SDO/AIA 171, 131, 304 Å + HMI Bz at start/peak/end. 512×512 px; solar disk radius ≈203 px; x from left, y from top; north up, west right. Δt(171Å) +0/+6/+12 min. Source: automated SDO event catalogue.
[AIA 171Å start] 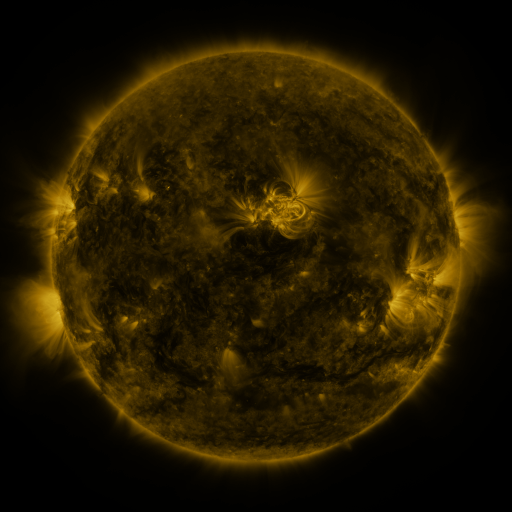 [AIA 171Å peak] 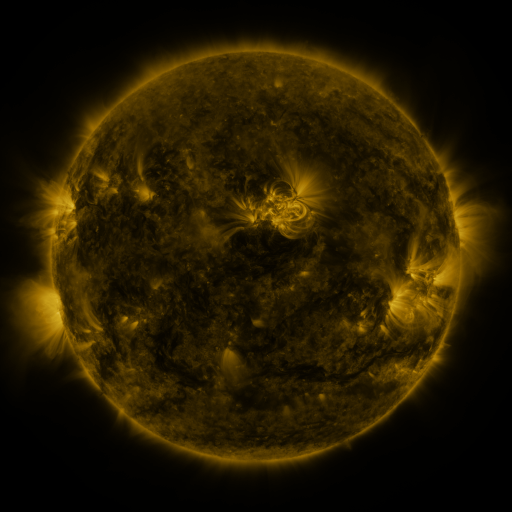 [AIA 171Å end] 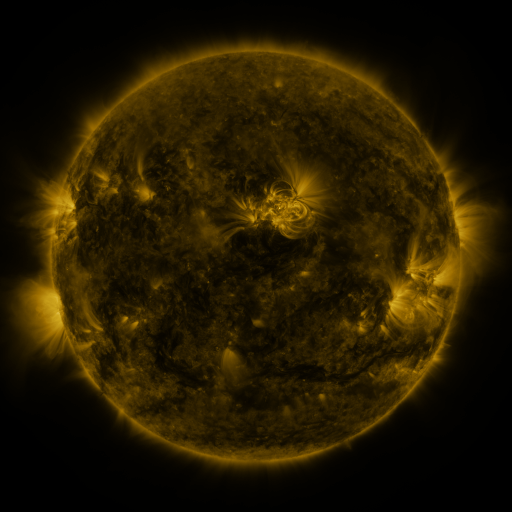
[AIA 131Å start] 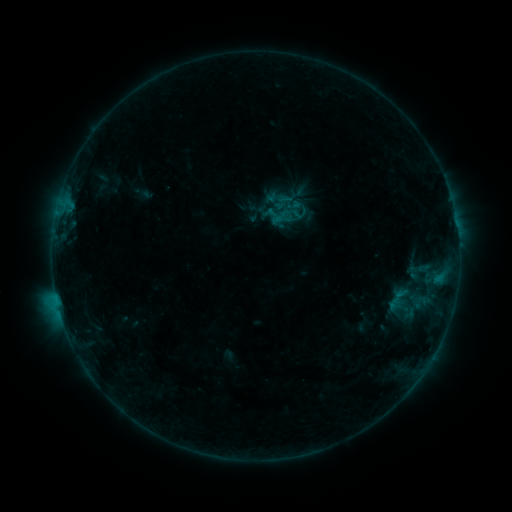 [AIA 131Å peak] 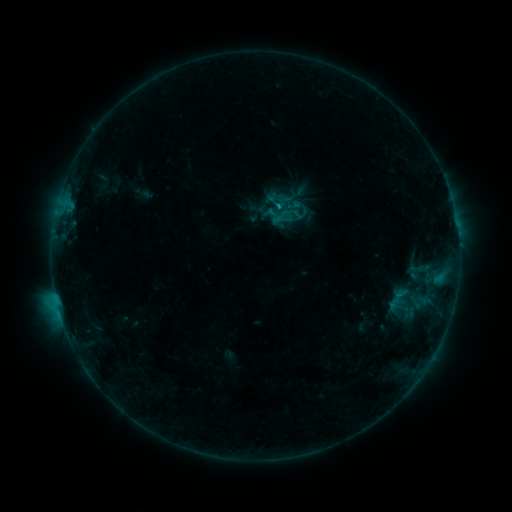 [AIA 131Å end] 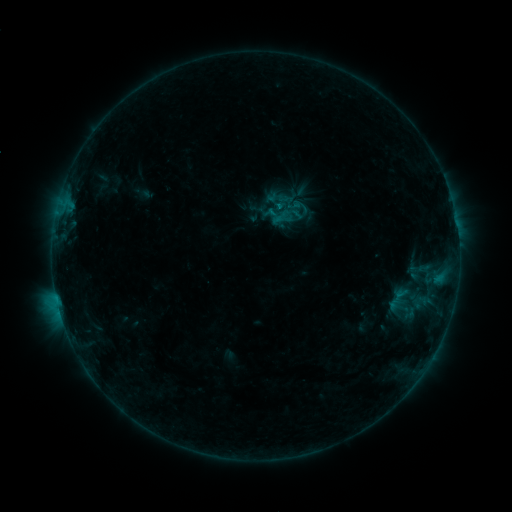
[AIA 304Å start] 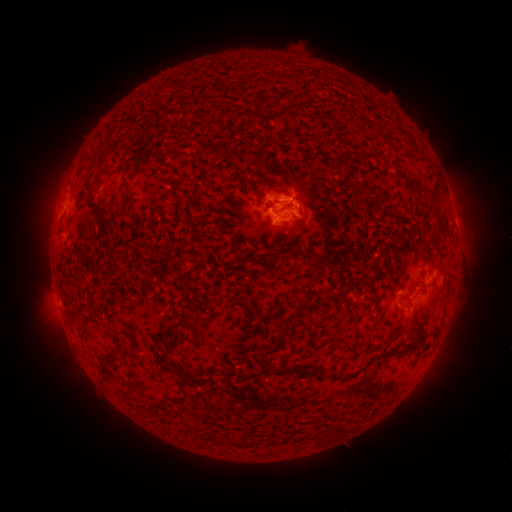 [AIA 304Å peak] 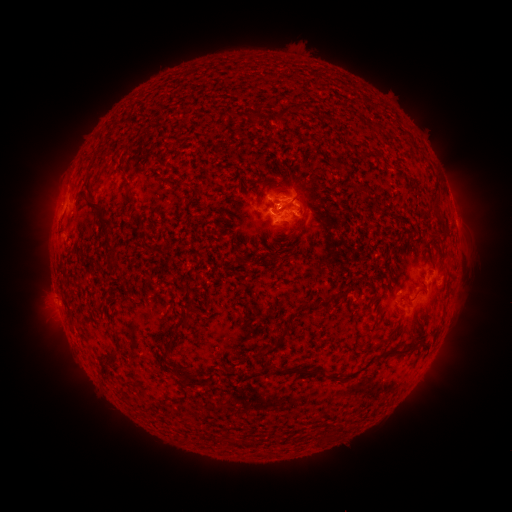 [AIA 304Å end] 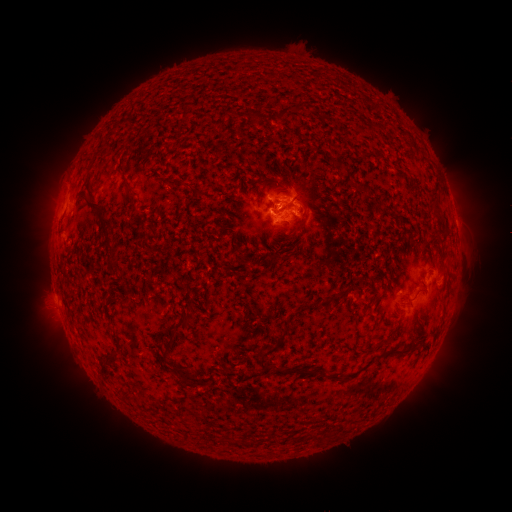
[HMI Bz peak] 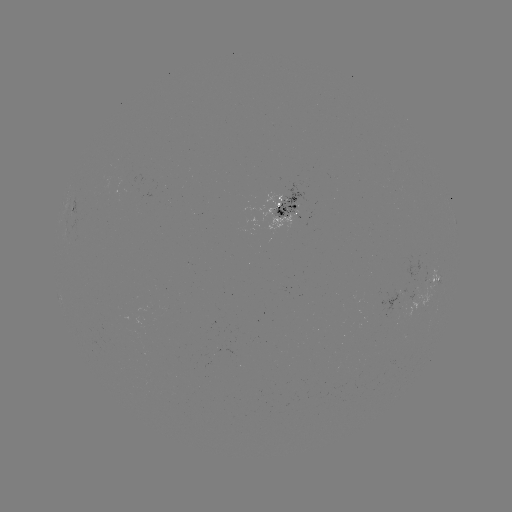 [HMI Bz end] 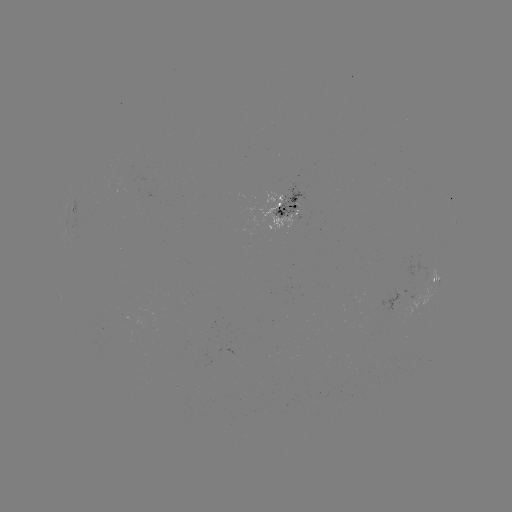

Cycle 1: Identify B5.7 flare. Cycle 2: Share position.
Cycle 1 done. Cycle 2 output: [276, 209].